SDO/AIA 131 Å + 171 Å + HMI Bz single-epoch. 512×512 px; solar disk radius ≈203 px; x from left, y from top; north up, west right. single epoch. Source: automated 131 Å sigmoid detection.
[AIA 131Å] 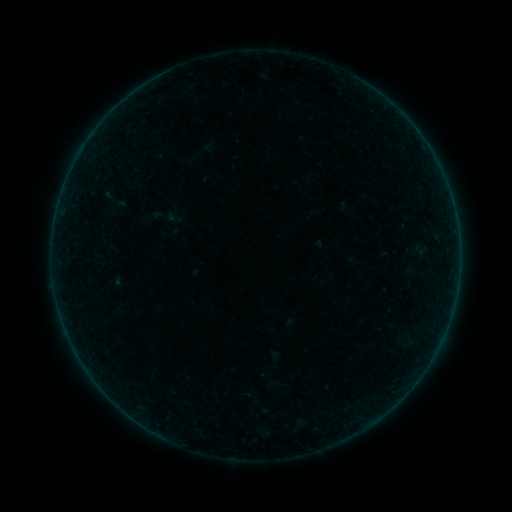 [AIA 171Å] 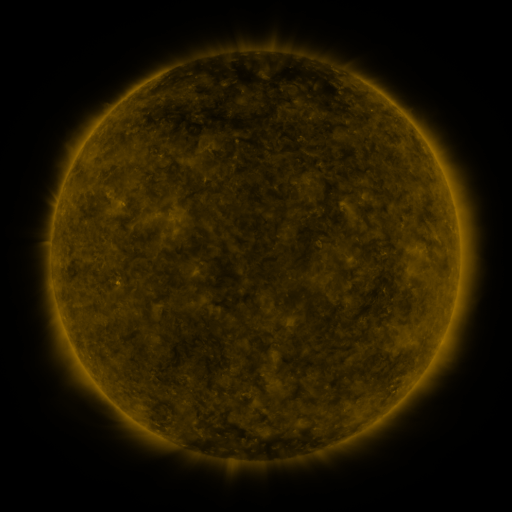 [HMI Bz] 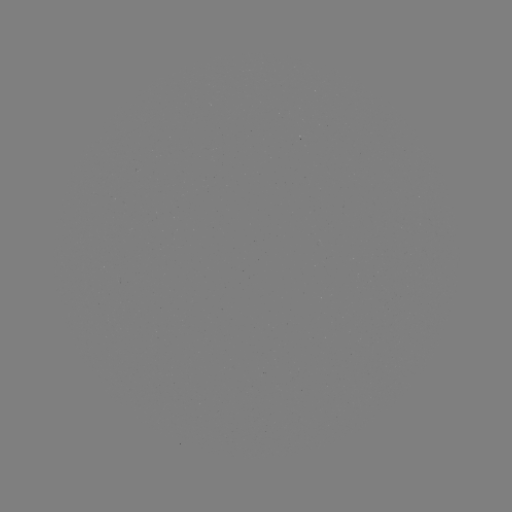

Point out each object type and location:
sigmoid: (174, 218)
